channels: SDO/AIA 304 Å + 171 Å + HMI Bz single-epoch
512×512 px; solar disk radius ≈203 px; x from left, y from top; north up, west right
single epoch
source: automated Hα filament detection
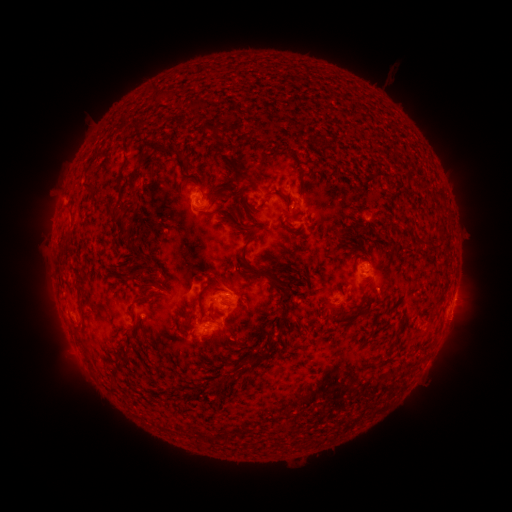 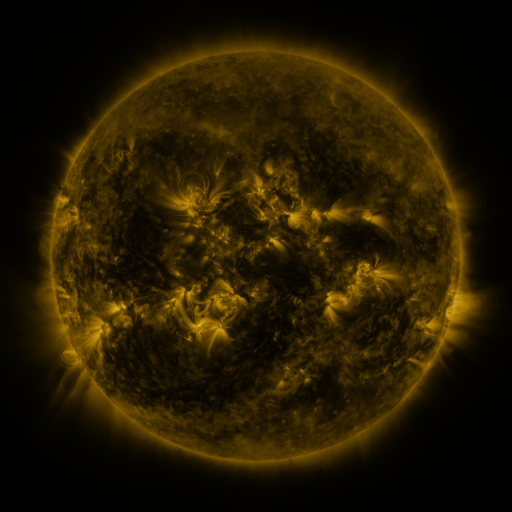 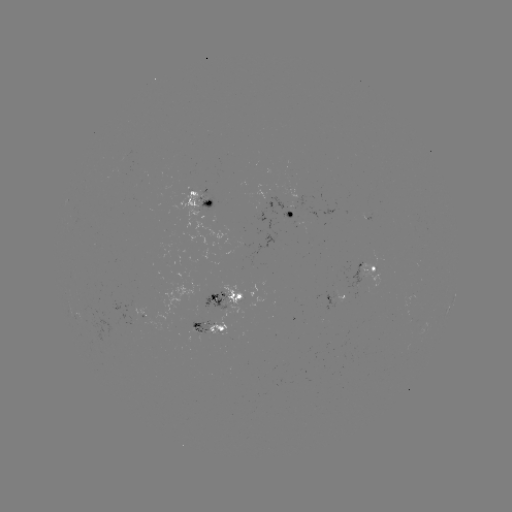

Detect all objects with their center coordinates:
filament: (191, 105)
filament: (169, 154)
filament: (136, 171)
filament: (239, 176)
filament: (118, 186)
filament: (86, 189)
filament: (278, 193)
filament: (225, 214)
filament: (114, 222)
filament: (239, 223)
filament: (131, 238)
filament: (63, 256)
filament: (140, 258)
filament: (157, 267)
filament: (270, 267)
filament: (252, 268)
filament: (292, 272)
filament: (205, 290)
filament: (152, 296)
filament: (285, 306)
filament: (79, 307)
filament: (255, 359)
